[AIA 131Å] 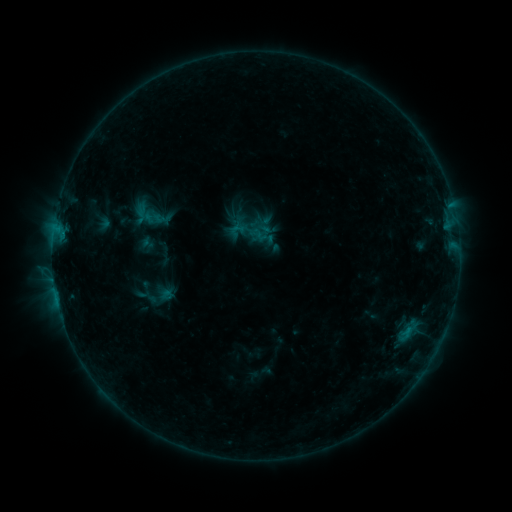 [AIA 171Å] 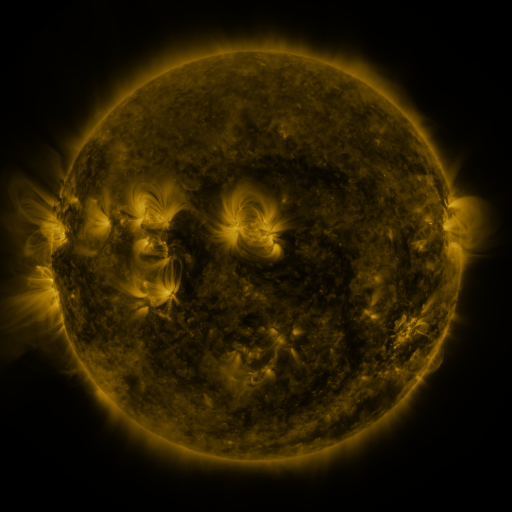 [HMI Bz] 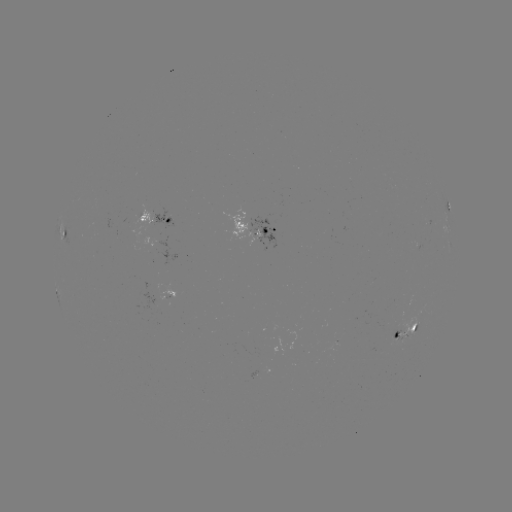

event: sigmoid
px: (253, 230)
